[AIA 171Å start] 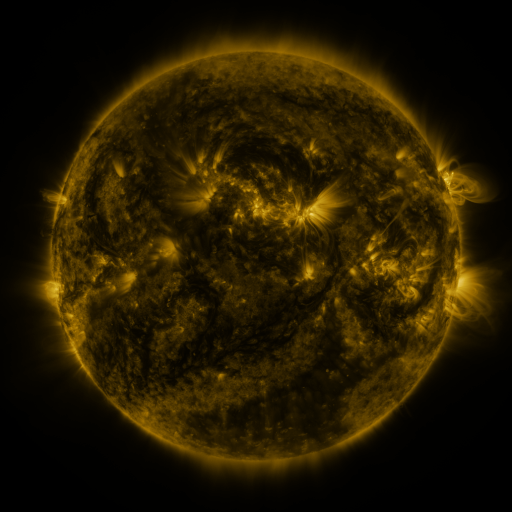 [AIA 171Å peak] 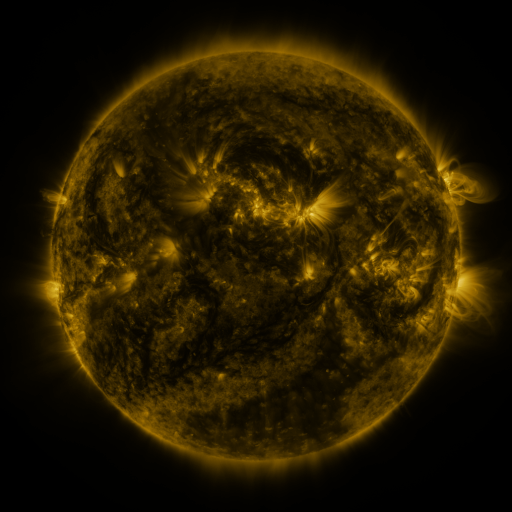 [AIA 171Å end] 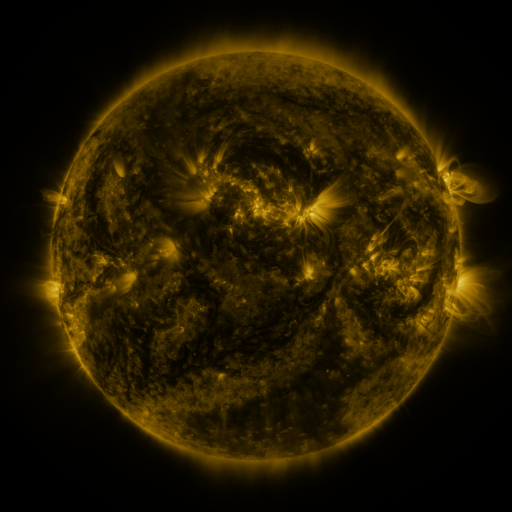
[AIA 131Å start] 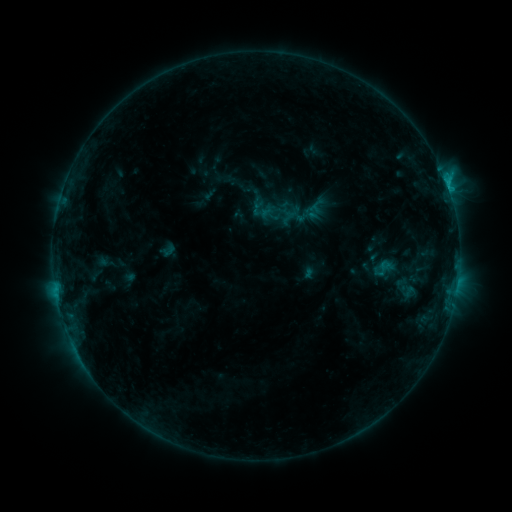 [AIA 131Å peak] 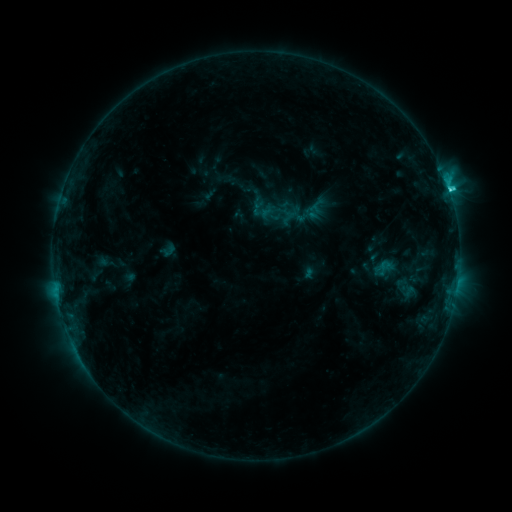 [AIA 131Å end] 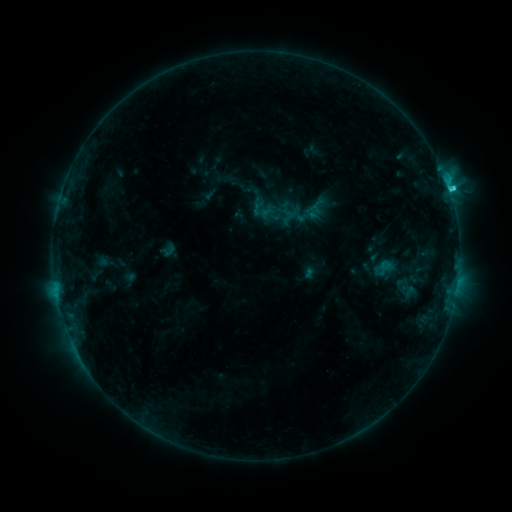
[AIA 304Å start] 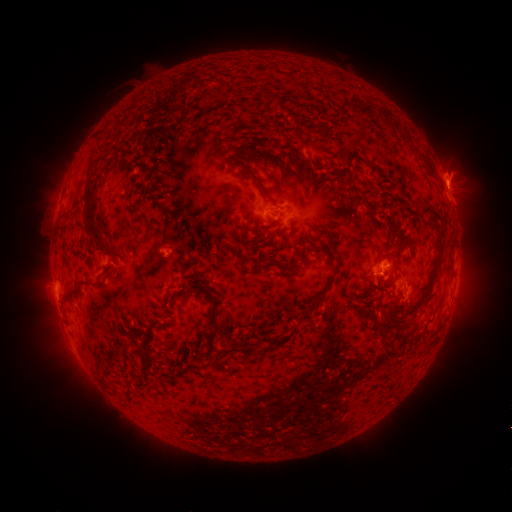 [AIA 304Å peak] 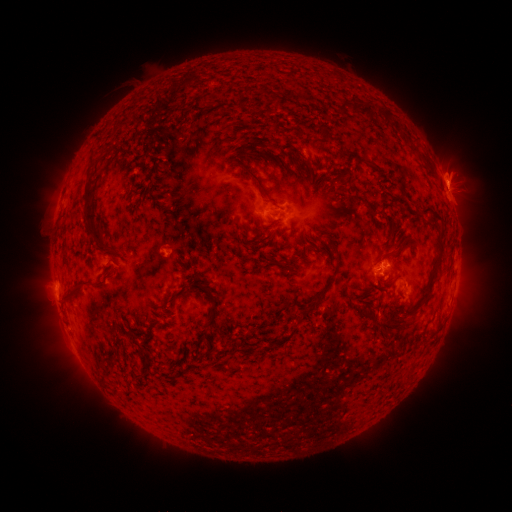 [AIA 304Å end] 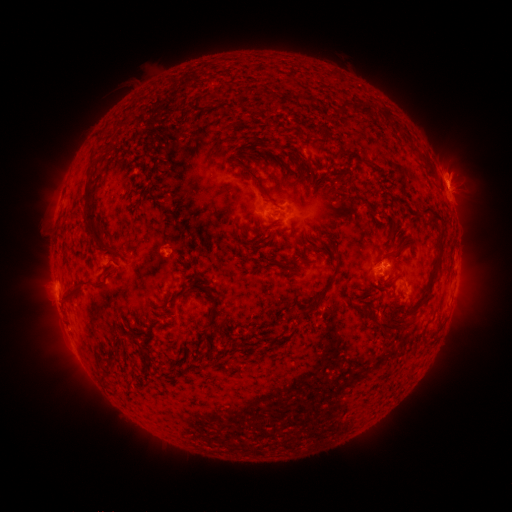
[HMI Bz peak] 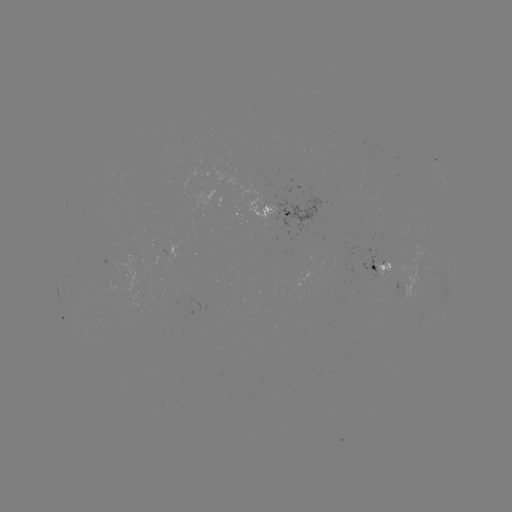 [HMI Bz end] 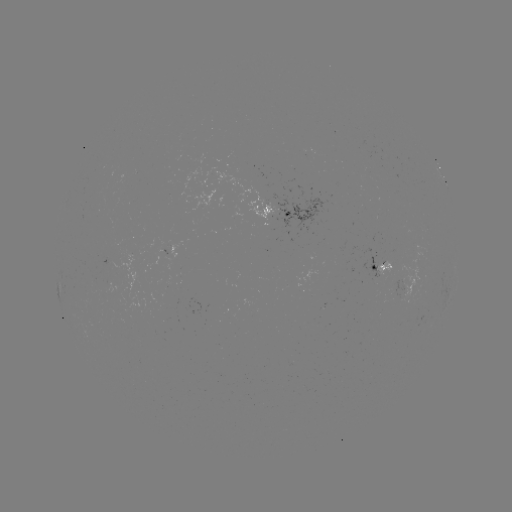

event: flare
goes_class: C2.1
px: (448, 192)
